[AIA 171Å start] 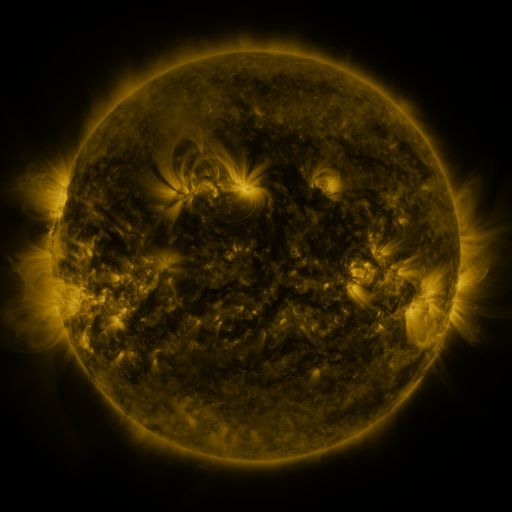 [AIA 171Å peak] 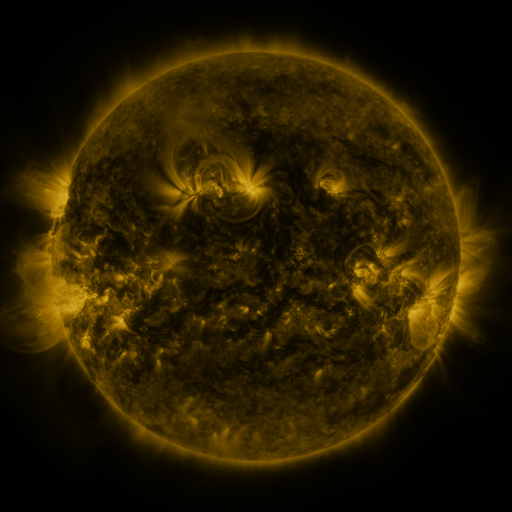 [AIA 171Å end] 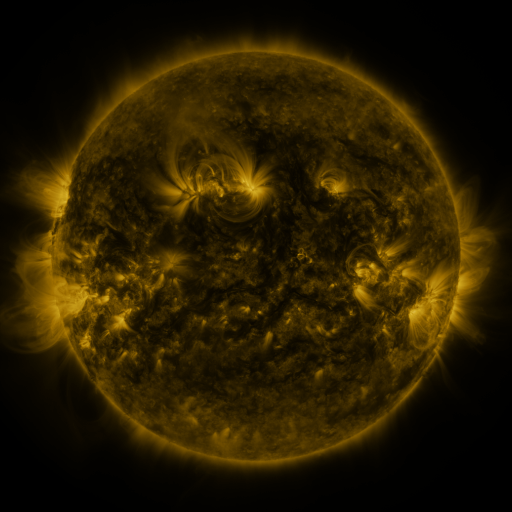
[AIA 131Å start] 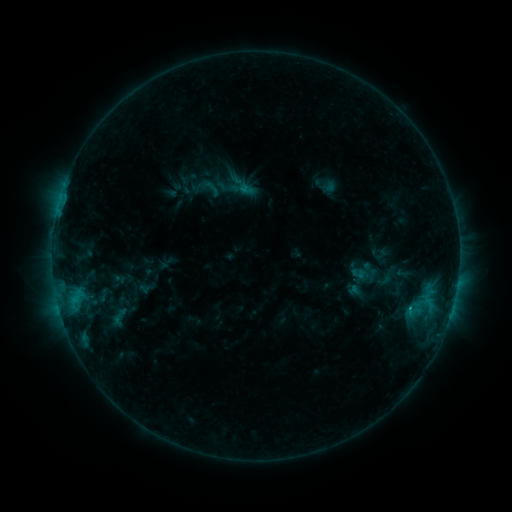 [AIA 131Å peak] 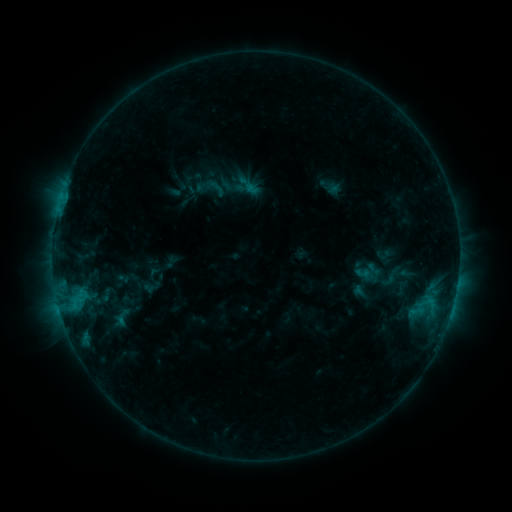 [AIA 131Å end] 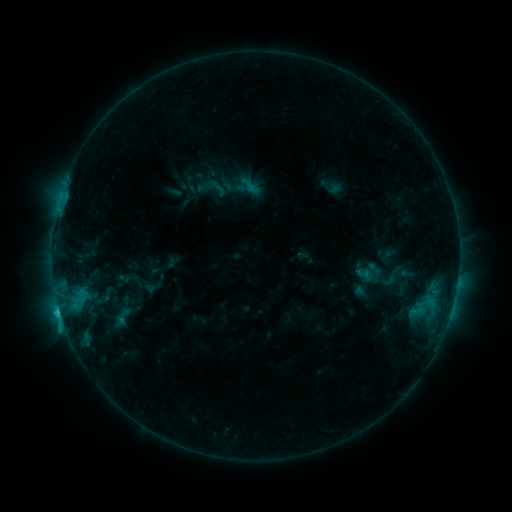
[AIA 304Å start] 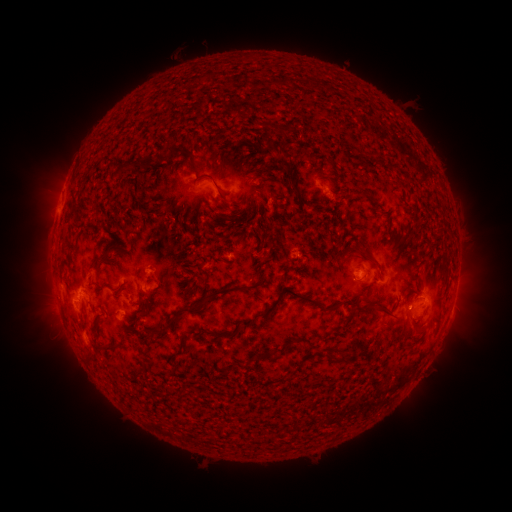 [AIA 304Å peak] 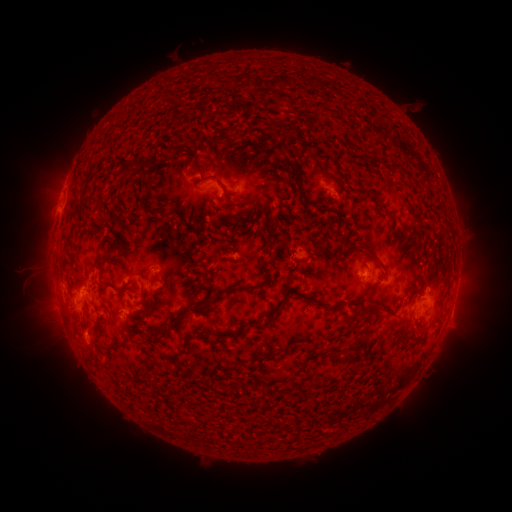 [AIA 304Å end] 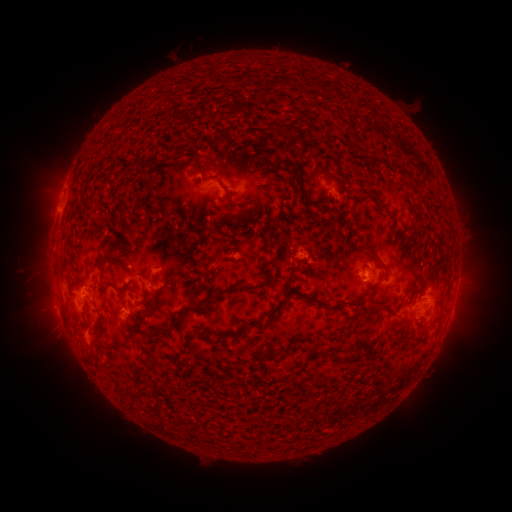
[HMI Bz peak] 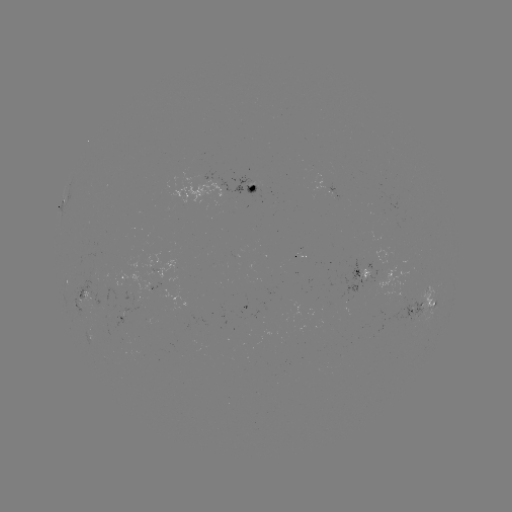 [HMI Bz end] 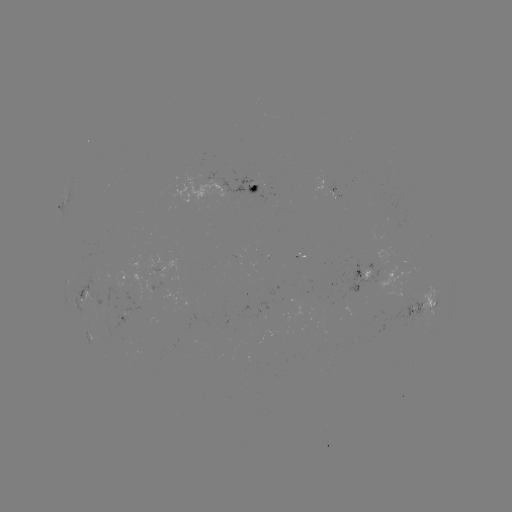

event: emerging-flux region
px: (266, 188)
